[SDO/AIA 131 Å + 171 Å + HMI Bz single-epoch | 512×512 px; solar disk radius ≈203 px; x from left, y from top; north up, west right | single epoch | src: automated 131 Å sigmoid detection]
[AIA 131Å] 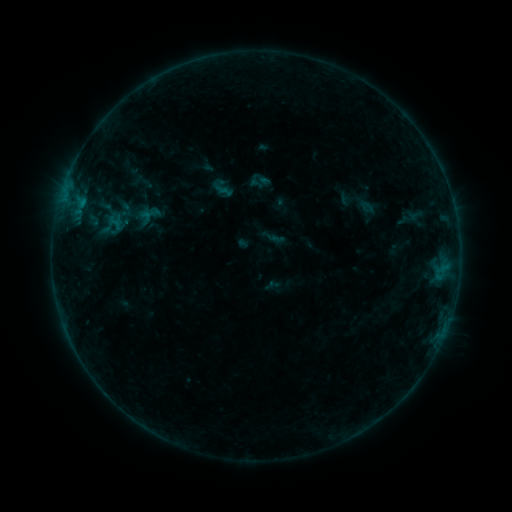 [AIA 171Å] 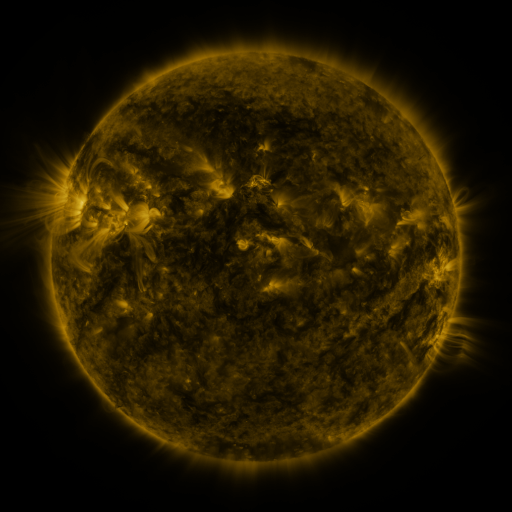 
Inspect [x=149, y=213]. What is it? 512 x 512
sigmoid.